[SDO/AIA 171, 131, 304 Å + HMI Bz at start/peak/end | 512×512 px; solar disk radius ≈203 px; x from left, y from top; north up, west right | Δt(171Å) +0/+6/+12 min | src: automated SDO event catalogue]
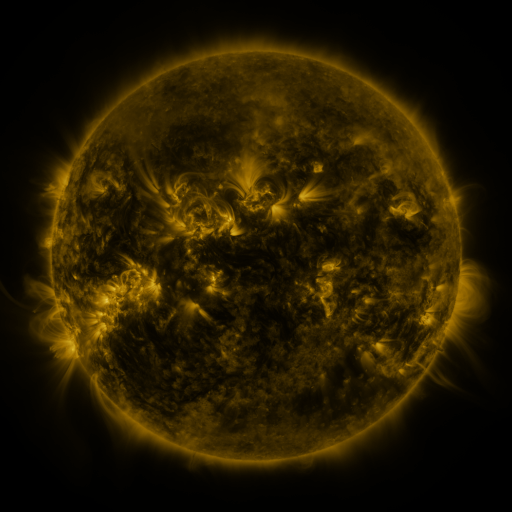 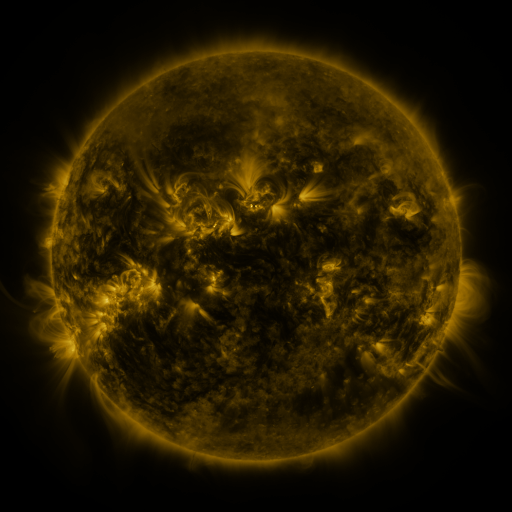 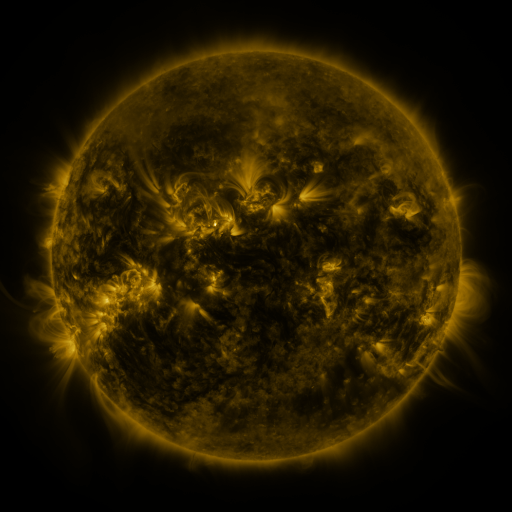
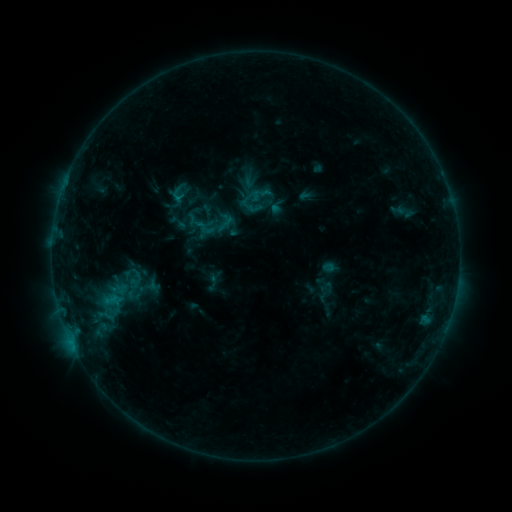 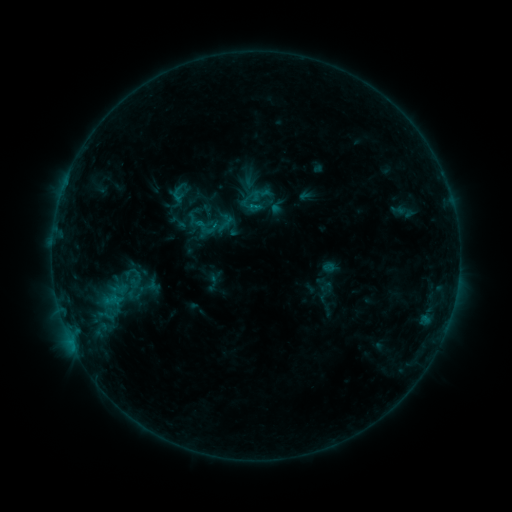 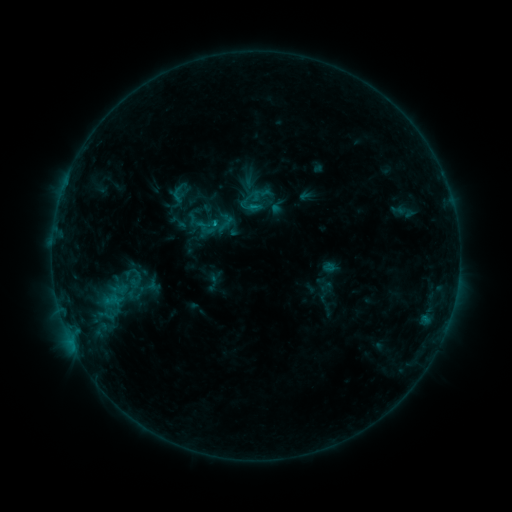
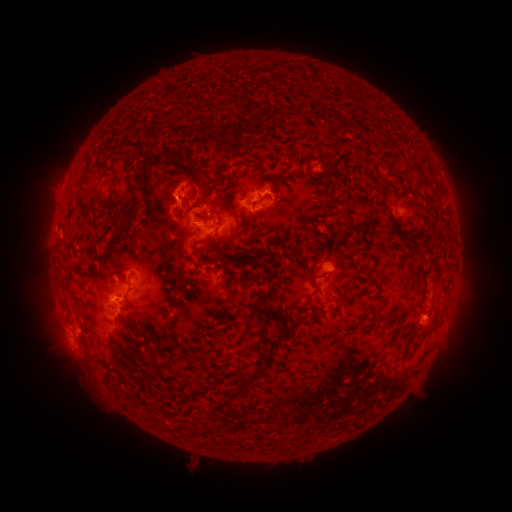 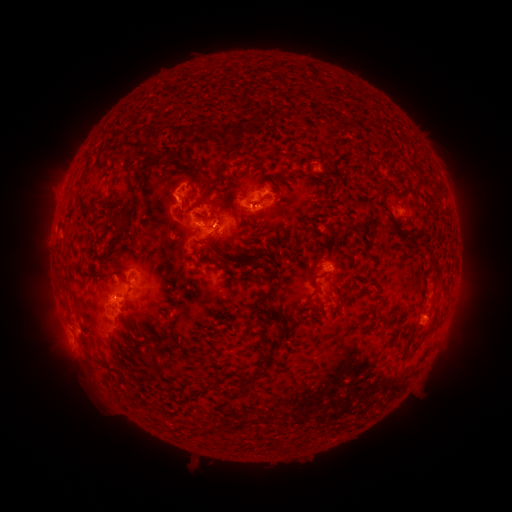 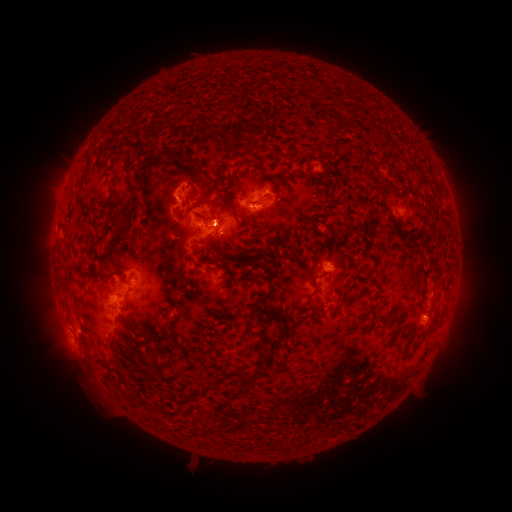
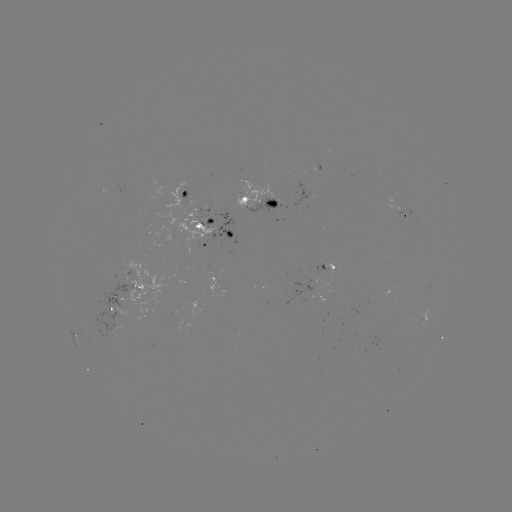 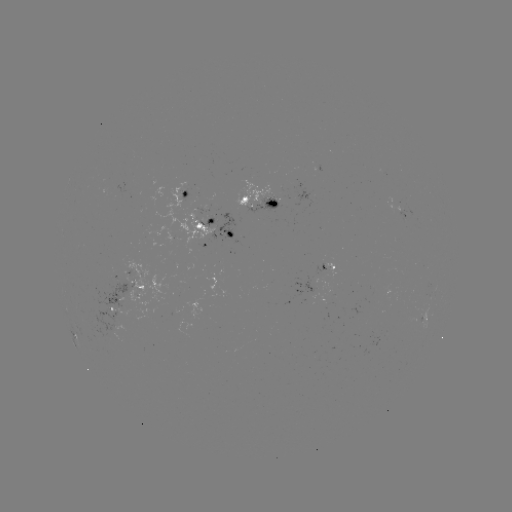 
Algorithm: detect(C1.3 flare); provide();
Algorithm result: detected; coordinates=256,206